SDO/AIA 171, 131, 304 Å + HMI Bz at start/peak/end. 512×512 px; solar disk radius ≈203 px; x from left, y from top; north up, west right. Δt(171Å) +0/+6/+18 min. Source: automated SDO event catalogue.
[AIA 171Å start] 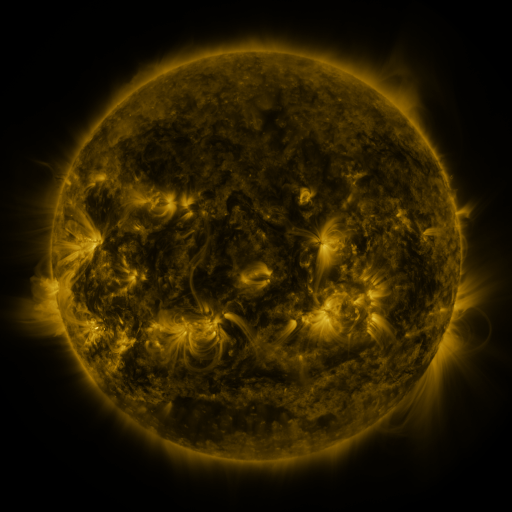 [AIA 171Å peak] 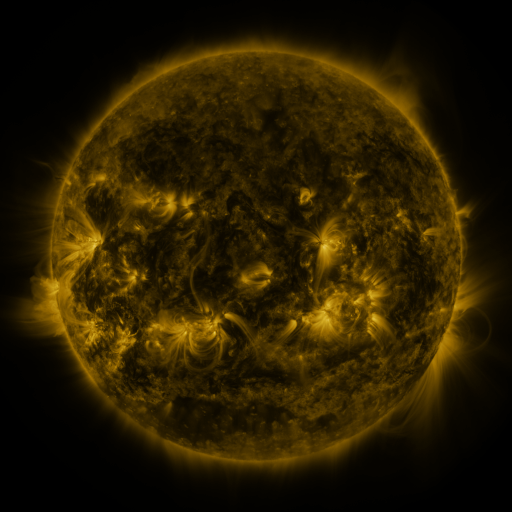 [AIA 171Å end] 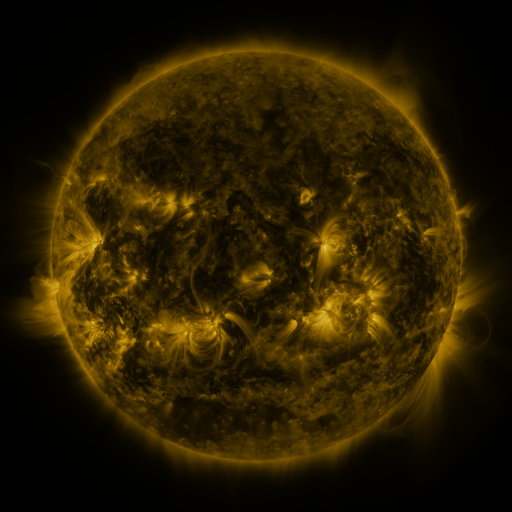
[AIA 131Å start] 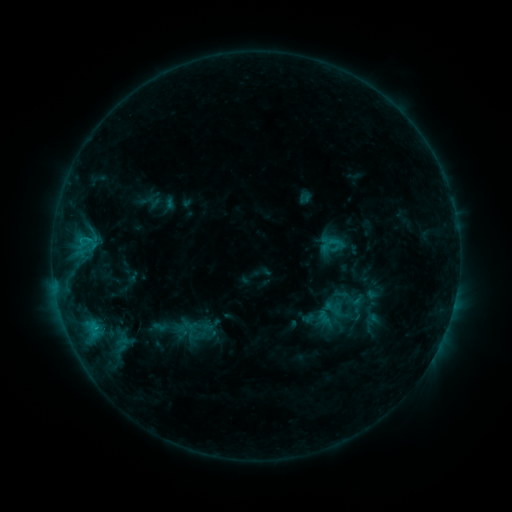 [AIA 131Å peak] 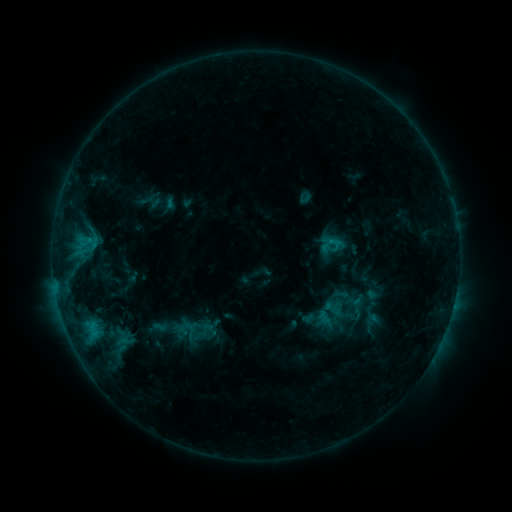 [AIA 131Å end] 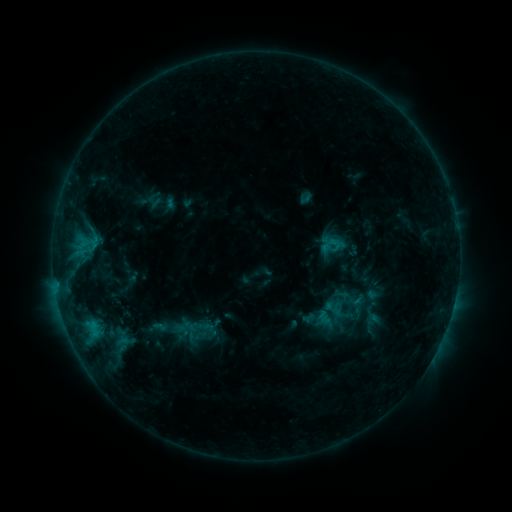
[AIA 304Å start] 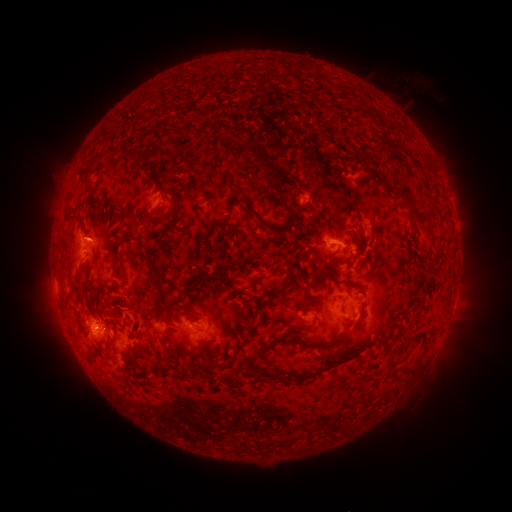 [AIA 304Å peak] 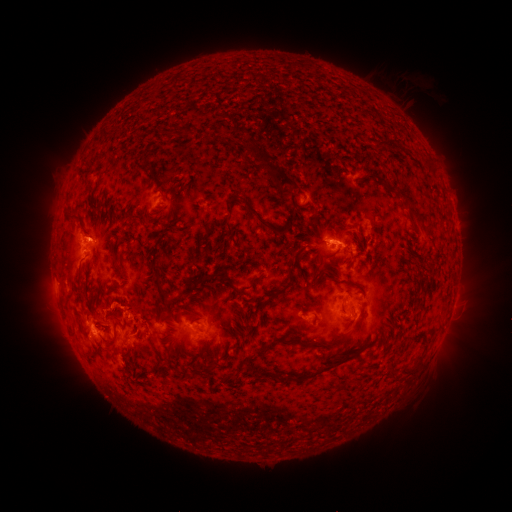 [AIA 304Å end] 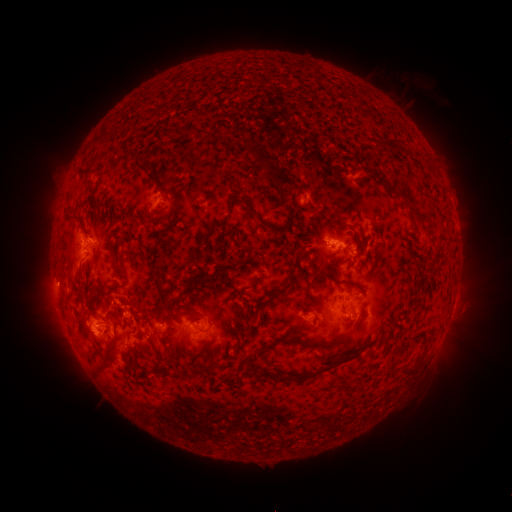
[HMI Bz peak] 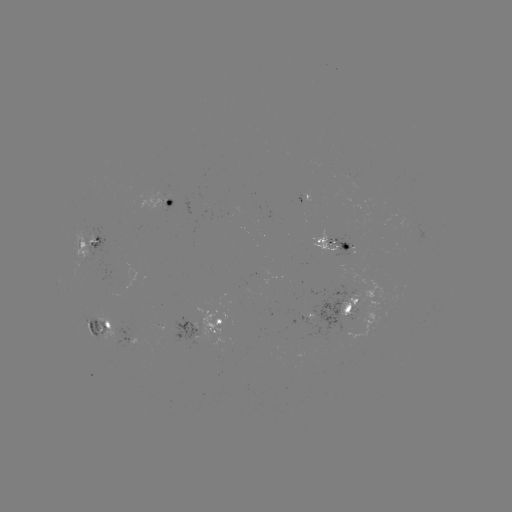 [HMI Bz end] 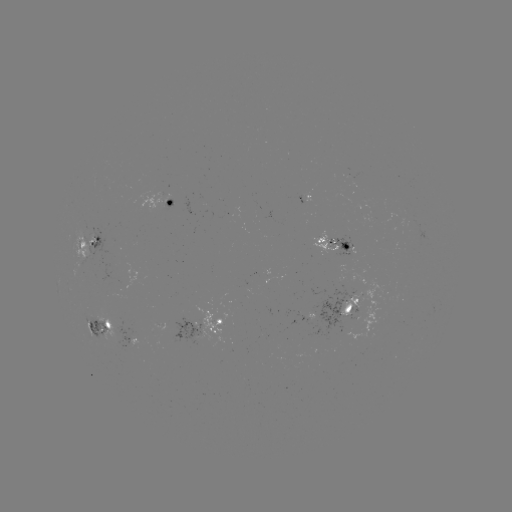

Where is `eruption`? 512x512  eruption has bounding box [39, 308, 88, 350].